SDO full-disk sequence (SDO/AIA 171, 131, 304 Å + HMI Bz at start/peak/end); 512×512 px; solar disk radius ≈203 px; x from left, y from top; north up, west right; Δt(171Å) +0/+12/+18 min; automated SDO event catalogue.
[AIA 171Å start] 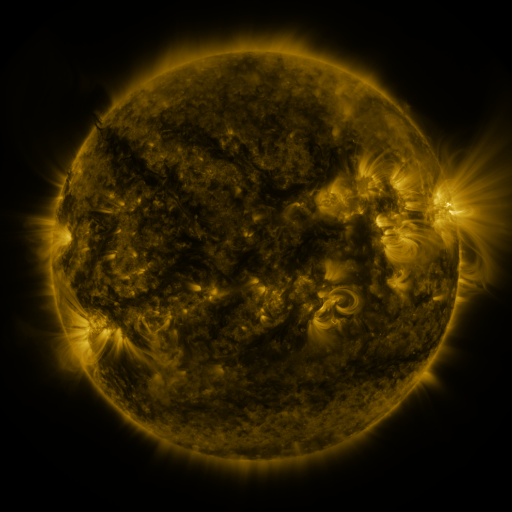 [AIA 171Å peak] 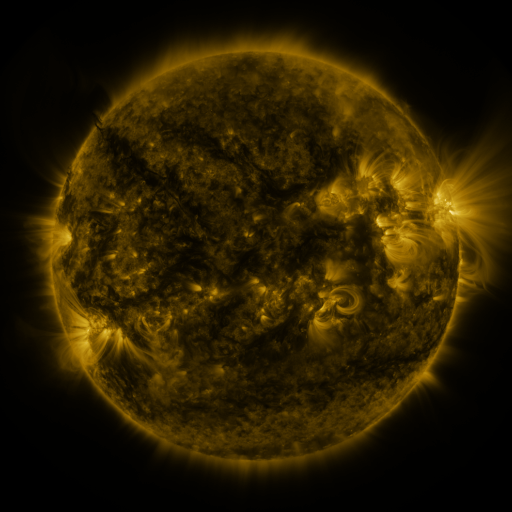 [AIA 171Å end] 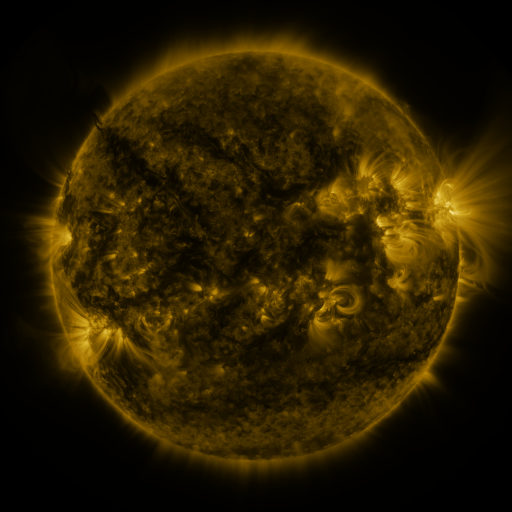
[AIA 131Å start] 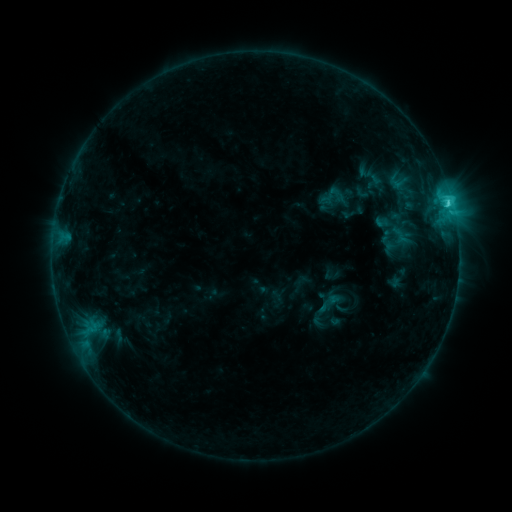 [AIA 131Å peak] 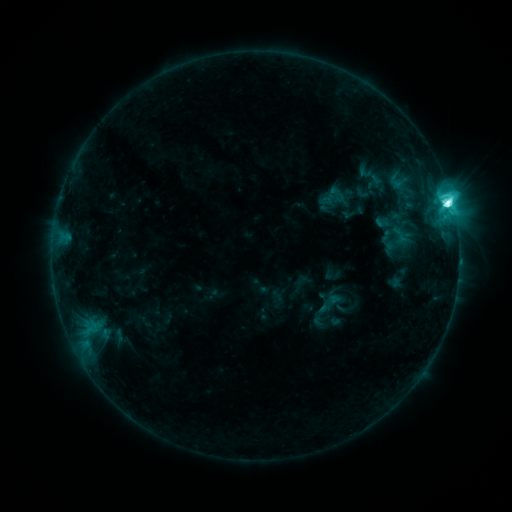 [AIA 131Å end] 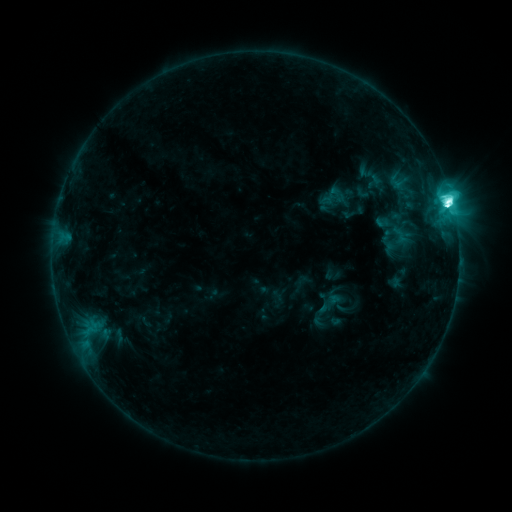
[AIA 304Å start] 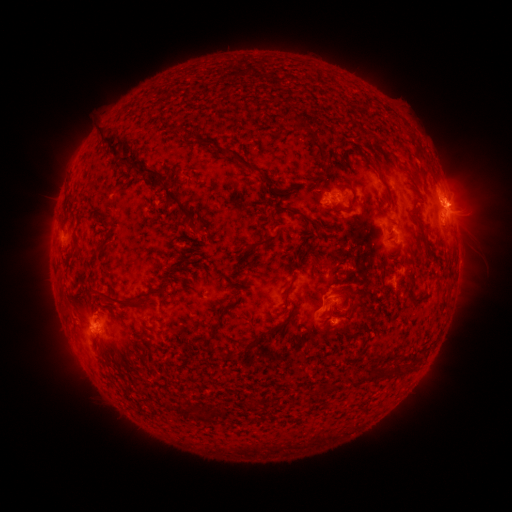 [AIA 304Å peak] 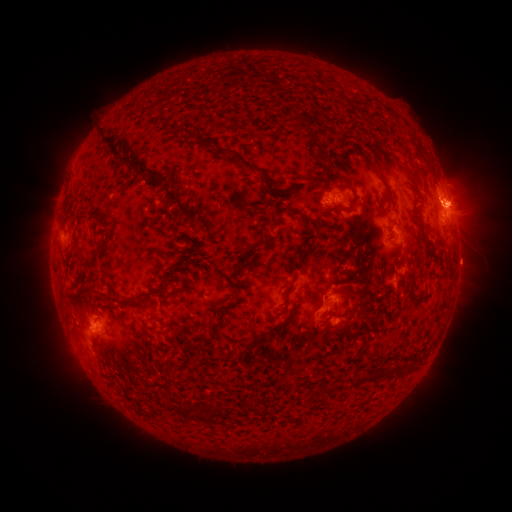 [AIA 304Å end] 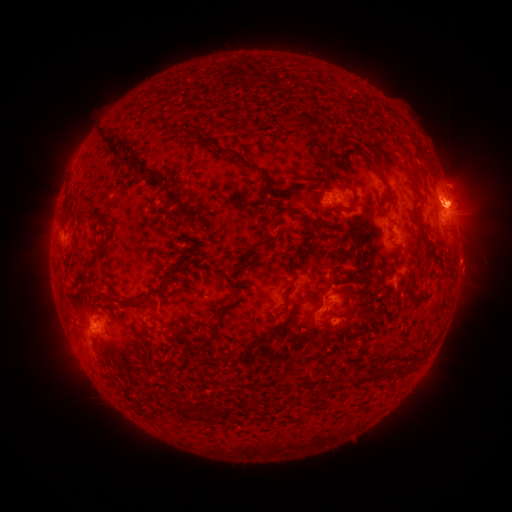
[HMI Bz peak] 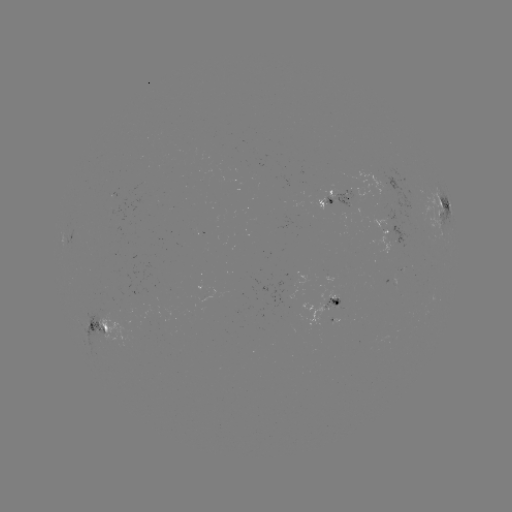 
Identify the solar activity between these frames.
M1.3 flare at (447, 207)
